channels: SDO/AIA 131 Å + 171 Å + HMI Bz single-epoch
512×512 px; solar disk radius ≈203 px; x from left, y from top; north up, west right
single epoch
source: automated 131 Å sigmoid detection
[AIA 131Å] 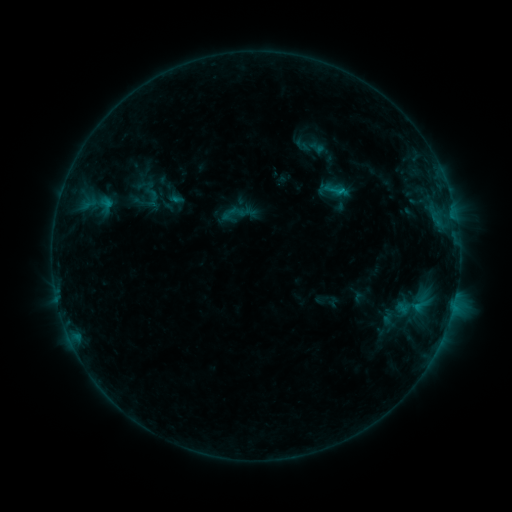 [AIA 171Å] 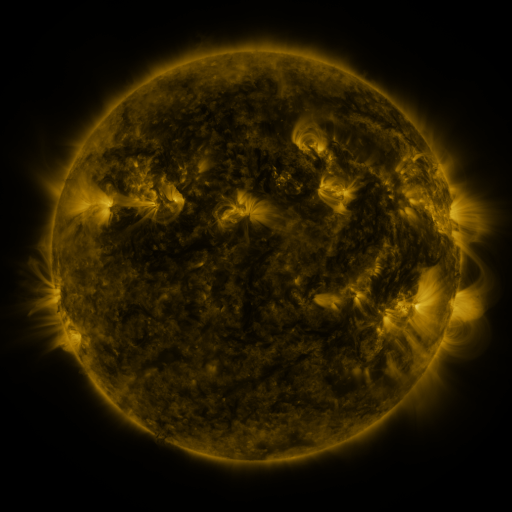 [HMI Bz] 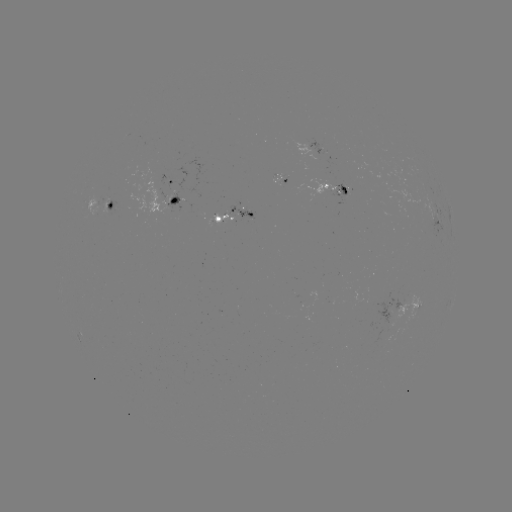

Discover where sigmoid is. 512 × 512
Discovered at (410, 307).